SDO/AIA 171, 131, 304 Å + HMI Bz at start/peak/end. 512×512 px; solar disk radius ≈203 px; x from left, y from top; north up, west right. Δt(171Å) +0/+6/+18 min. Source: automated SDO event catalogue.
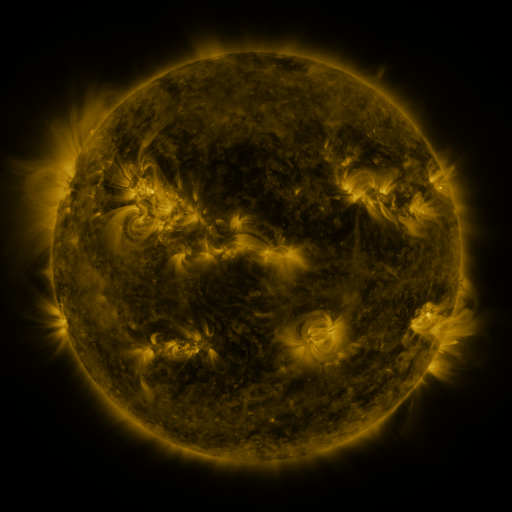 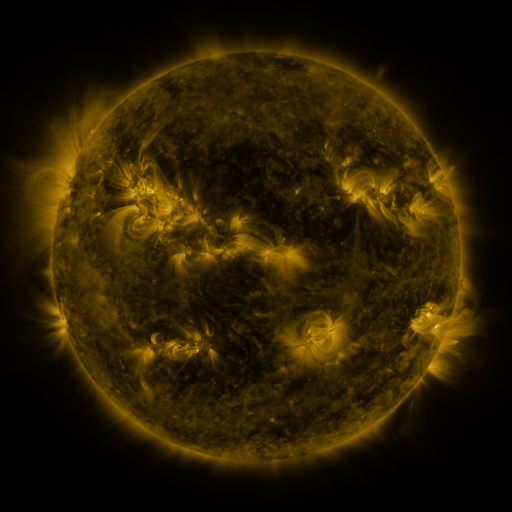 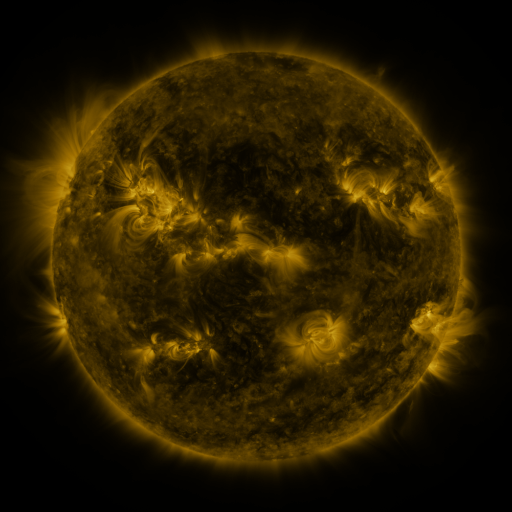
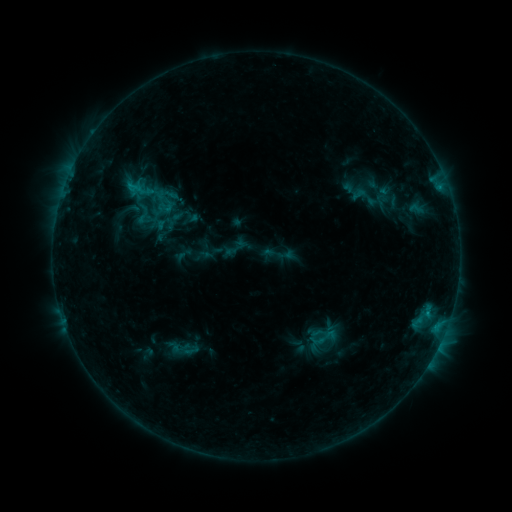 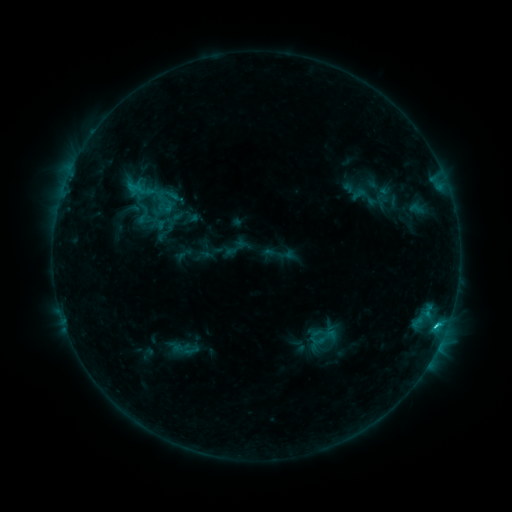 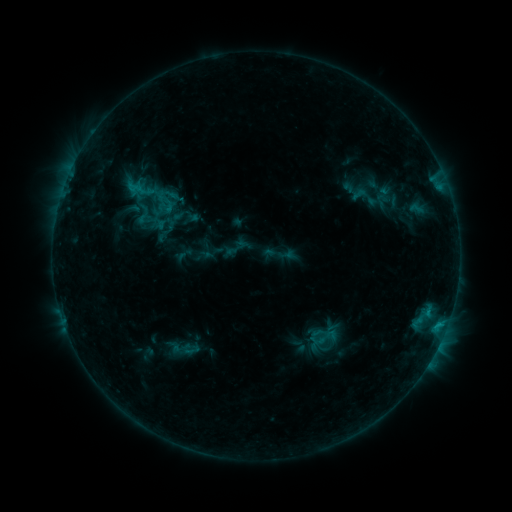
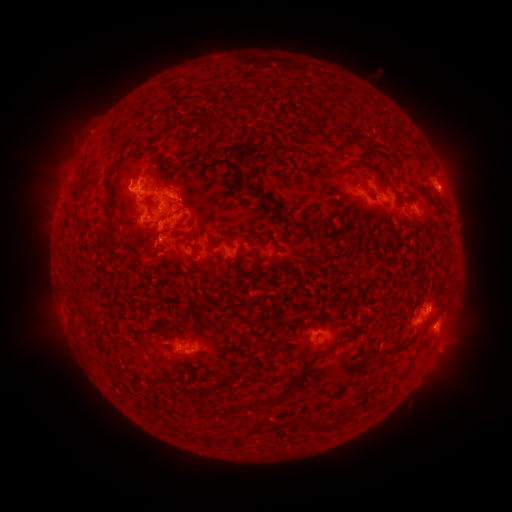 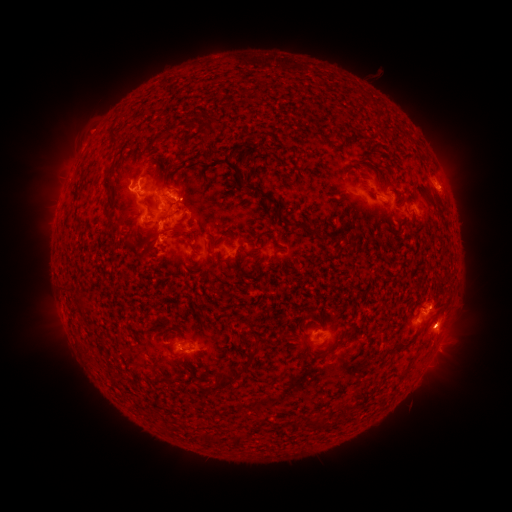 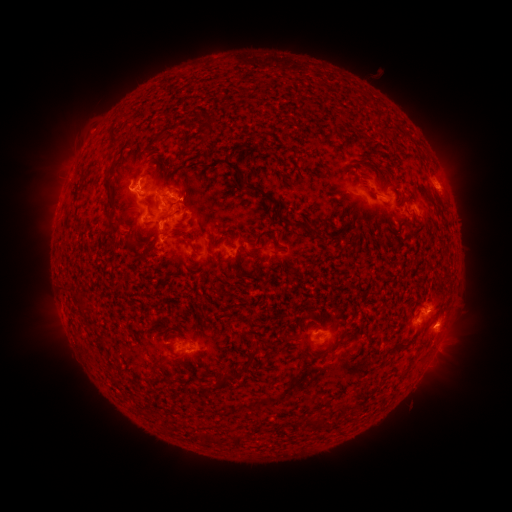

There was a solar flare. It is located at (435, 324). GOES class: C2.2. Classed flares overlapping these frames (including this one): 1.